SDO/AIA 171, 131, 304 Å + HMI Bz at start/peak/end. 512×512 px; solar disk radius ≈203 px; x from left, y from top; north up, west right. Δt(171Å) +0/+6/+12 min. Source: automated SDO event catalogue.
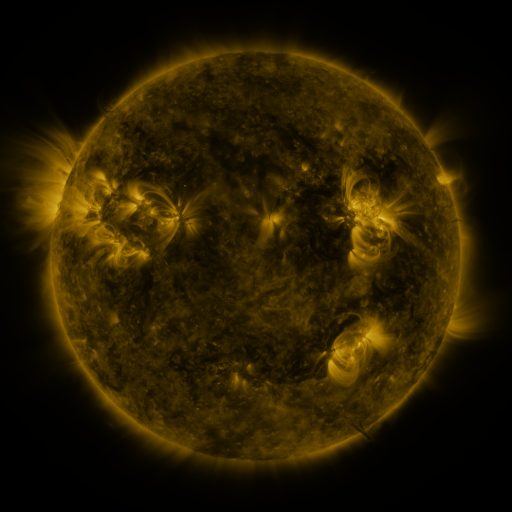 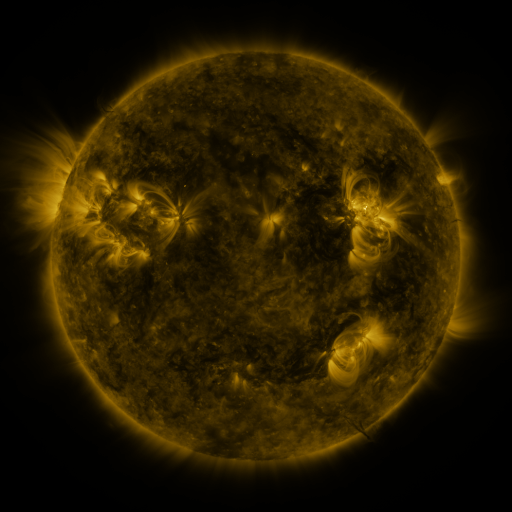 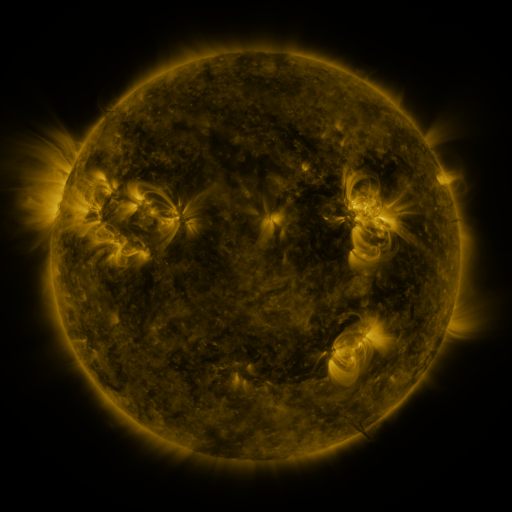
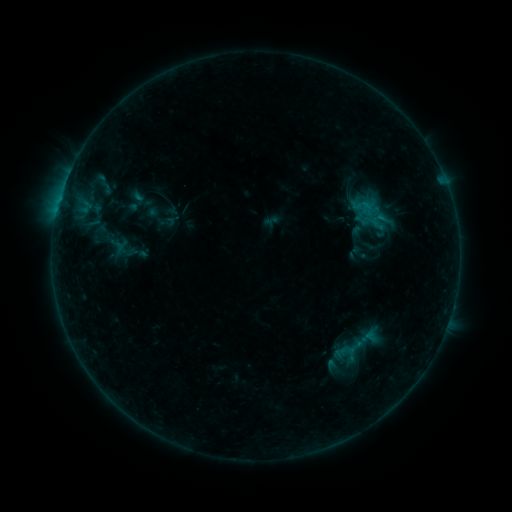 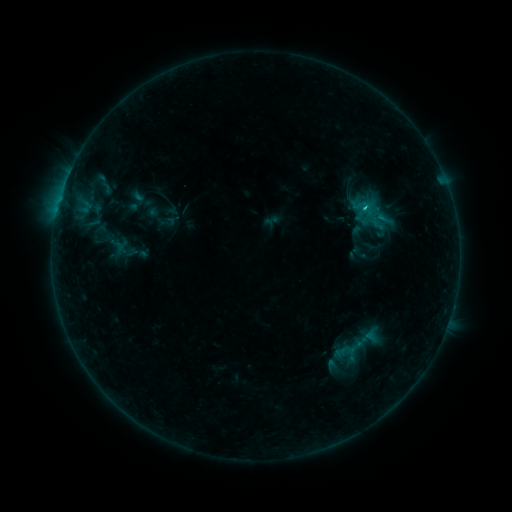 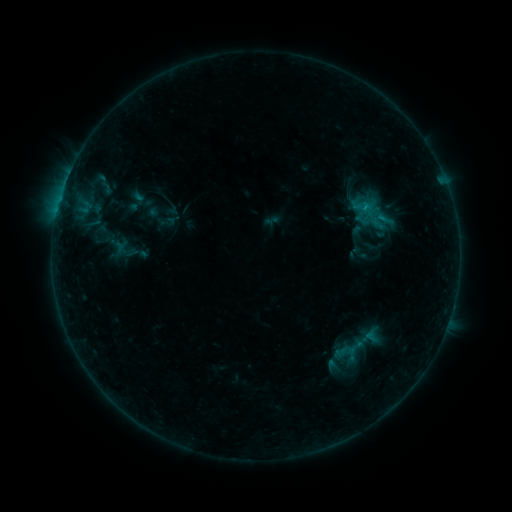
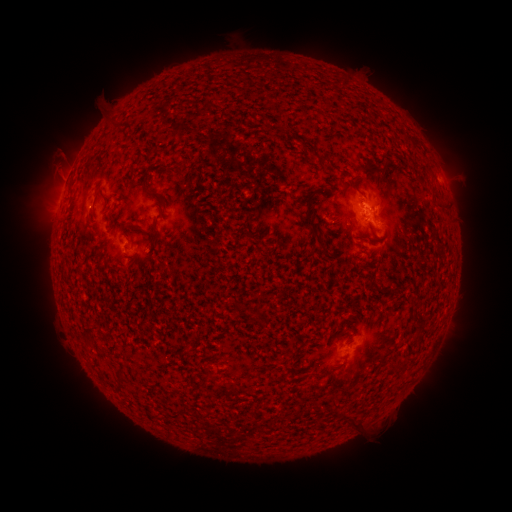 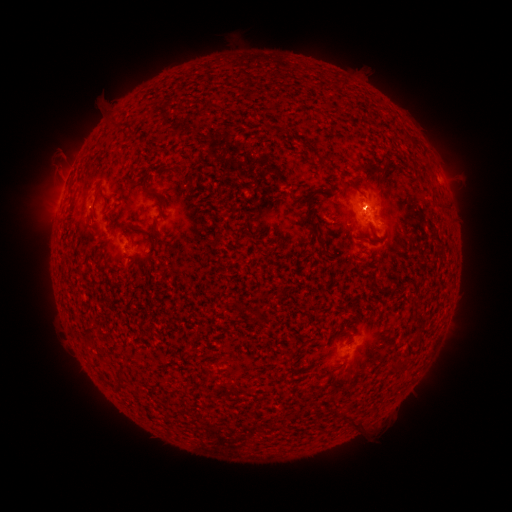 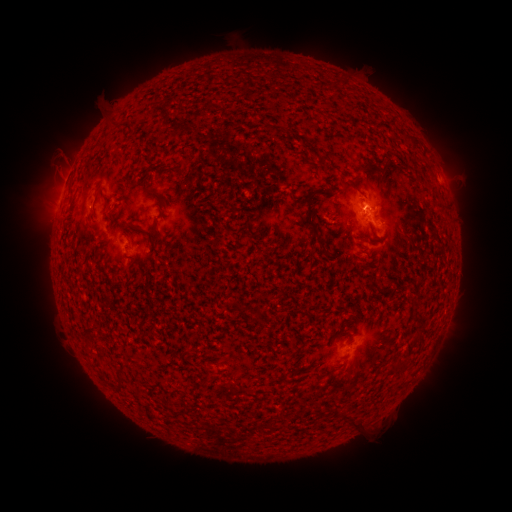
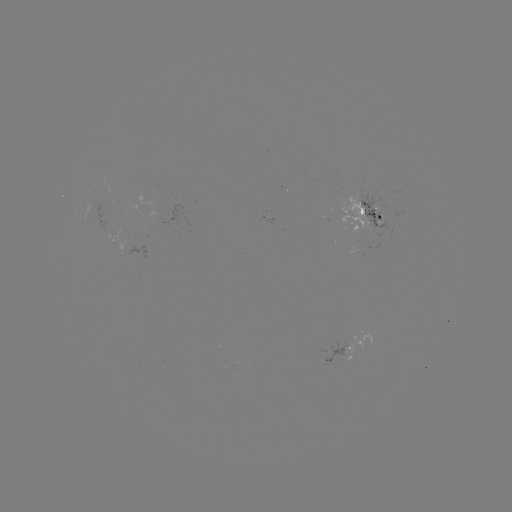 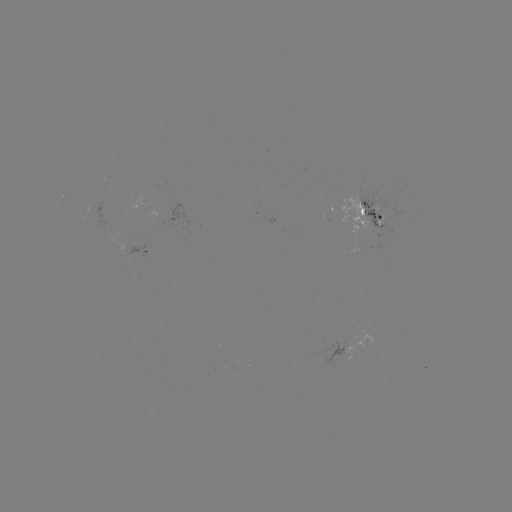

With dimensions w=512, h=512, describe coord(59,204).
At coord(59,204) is B5.9 flare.